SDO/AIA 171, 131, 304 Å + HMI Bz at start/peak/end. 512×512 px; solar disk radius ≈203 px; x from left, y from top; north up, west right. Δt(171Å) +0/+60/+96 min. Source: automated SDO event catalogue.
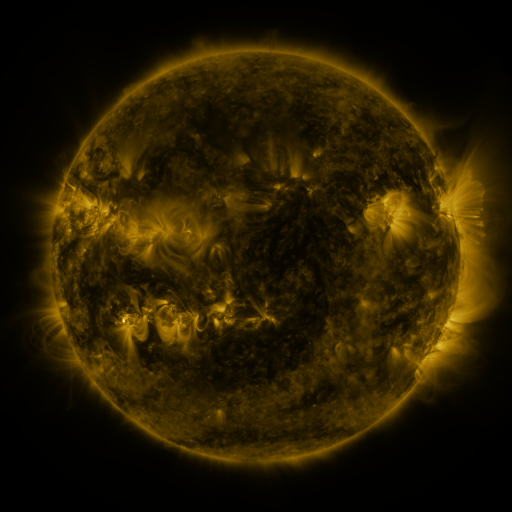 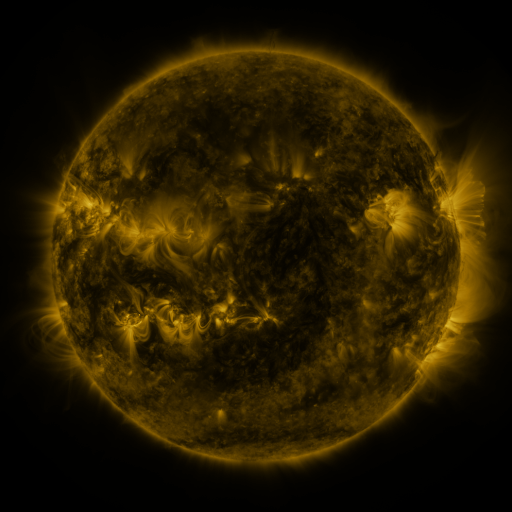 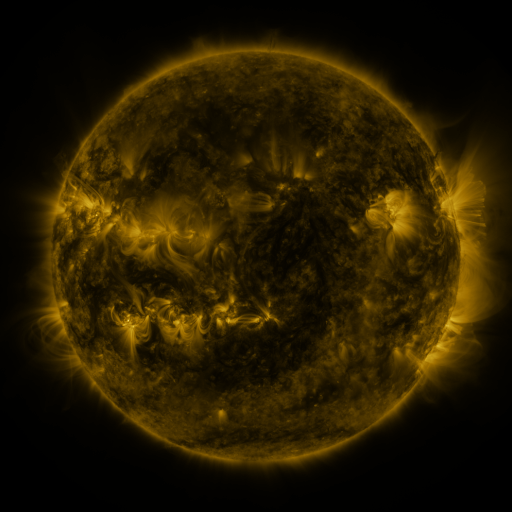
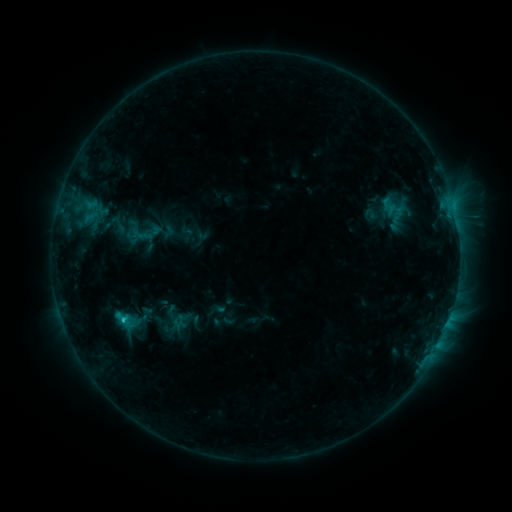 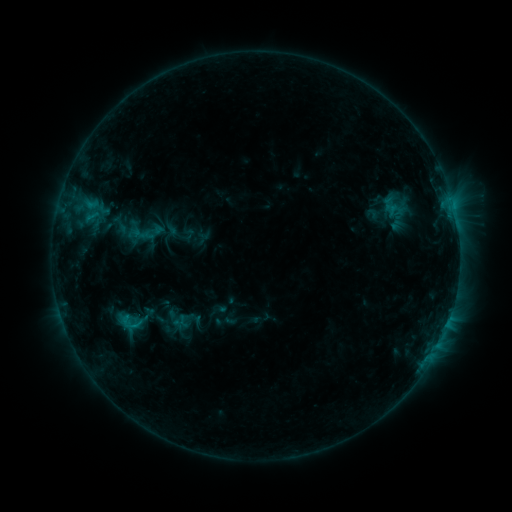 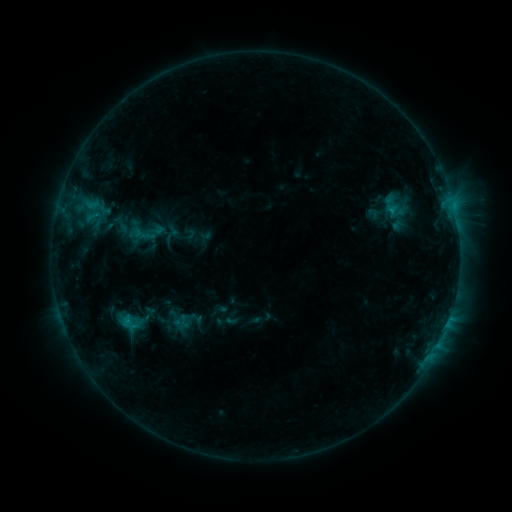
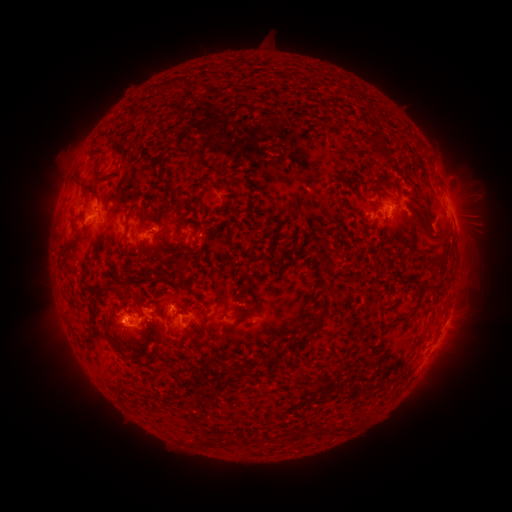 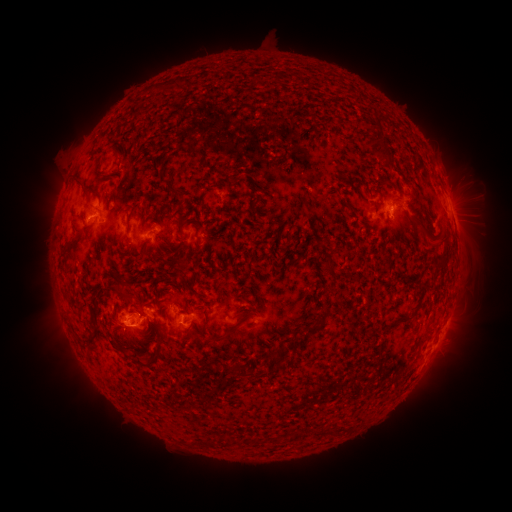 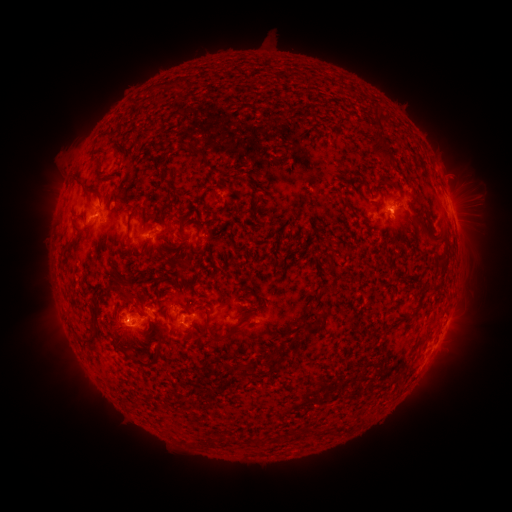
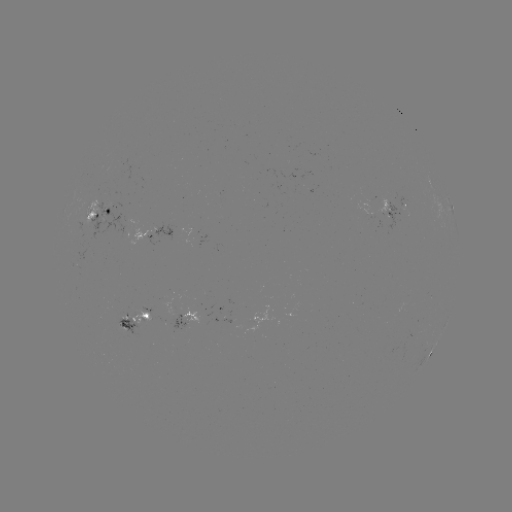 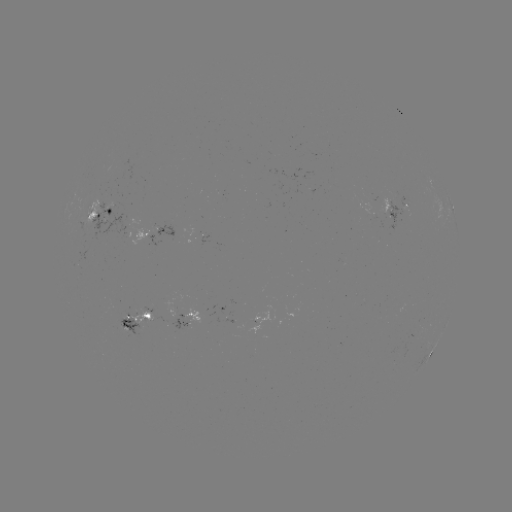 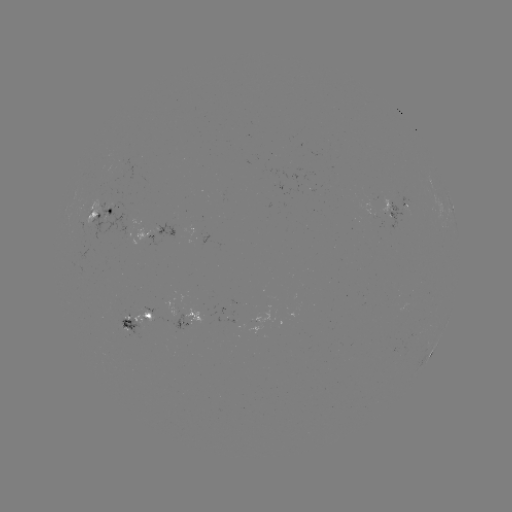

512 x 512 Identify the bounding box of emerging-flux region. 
[169, 314, 191, 329].